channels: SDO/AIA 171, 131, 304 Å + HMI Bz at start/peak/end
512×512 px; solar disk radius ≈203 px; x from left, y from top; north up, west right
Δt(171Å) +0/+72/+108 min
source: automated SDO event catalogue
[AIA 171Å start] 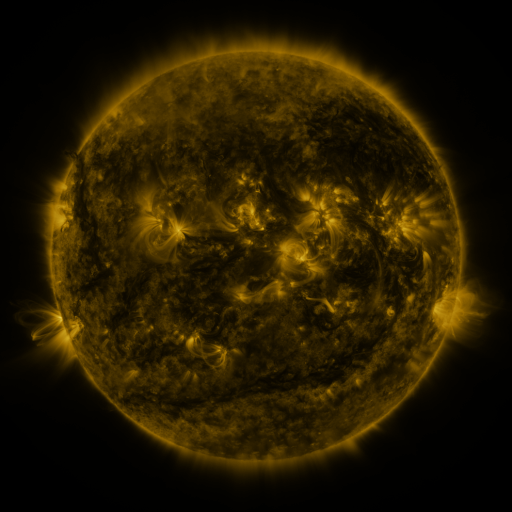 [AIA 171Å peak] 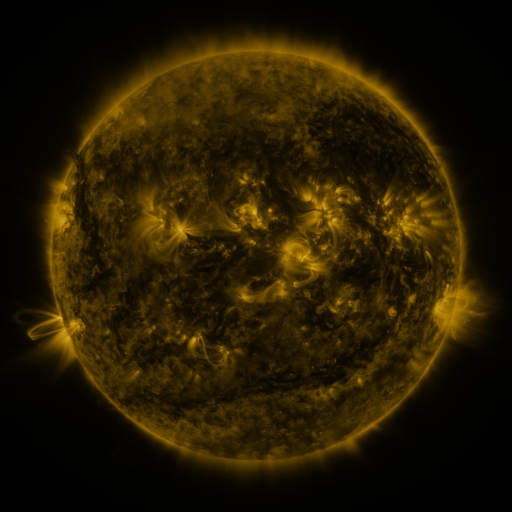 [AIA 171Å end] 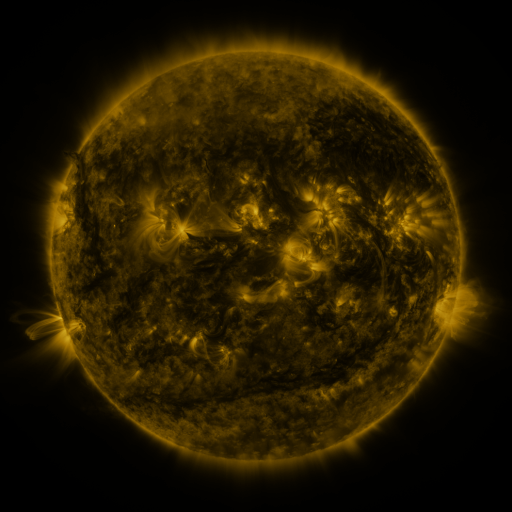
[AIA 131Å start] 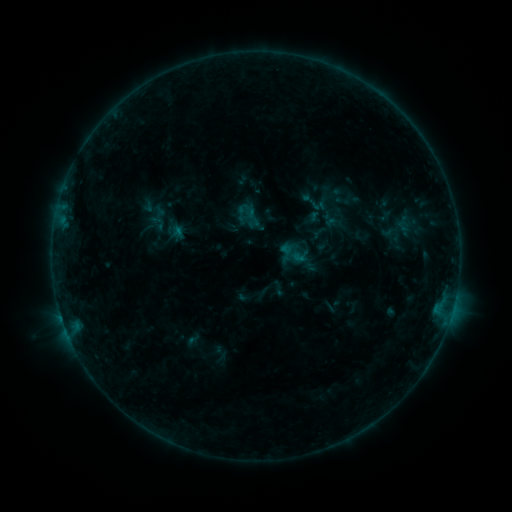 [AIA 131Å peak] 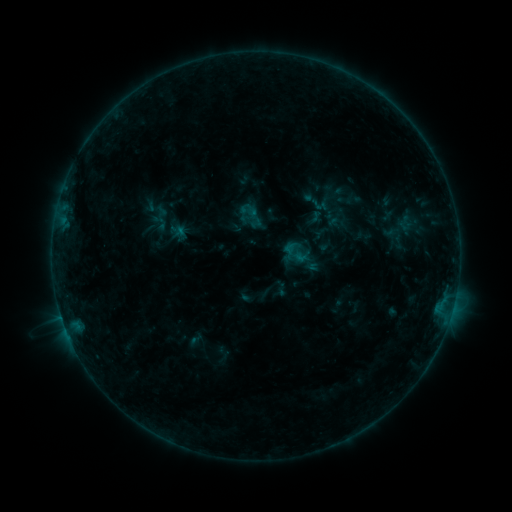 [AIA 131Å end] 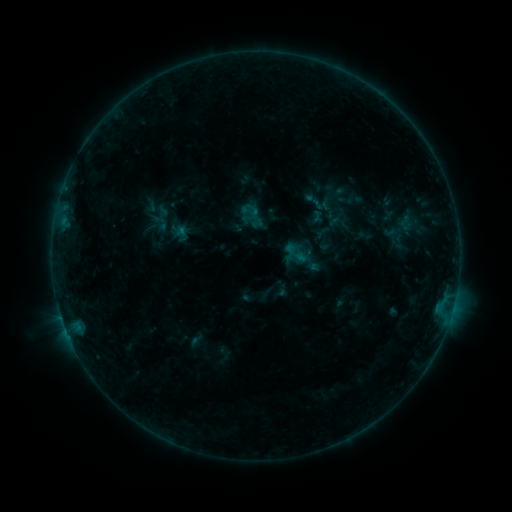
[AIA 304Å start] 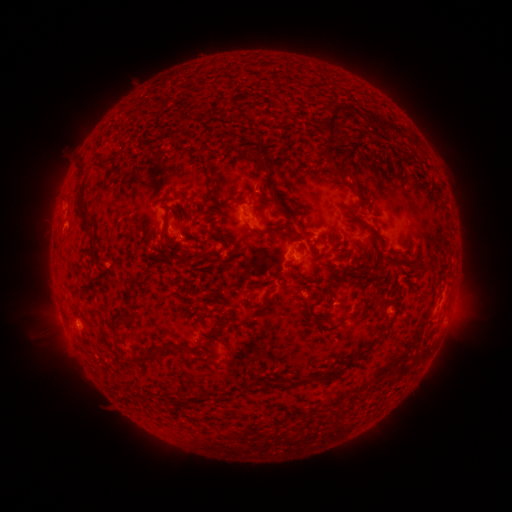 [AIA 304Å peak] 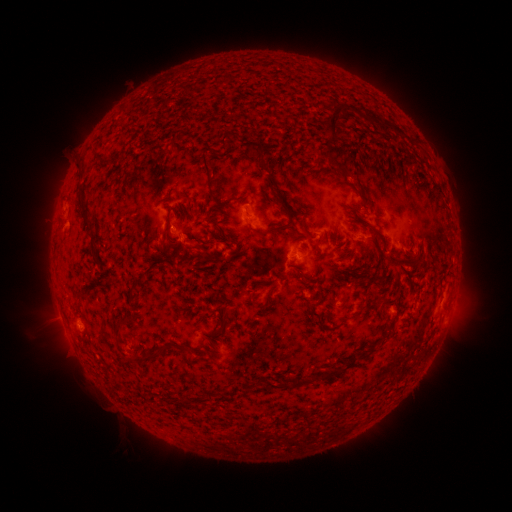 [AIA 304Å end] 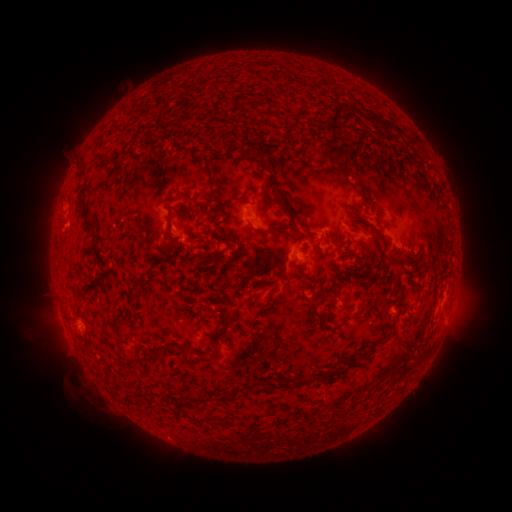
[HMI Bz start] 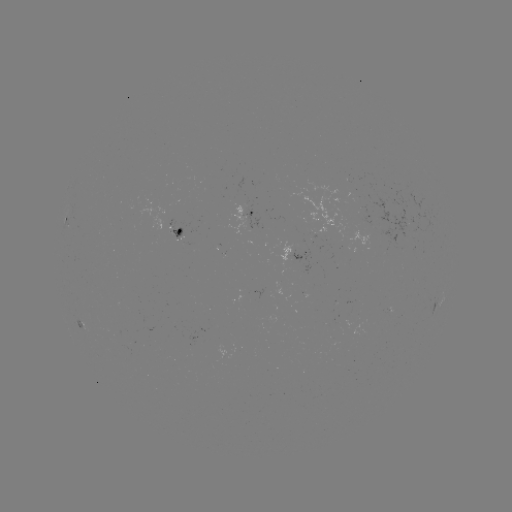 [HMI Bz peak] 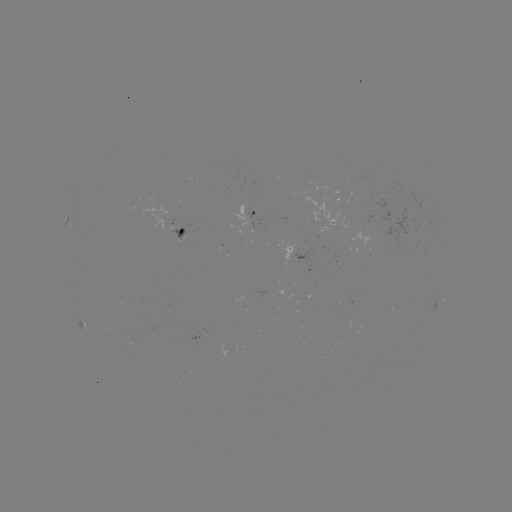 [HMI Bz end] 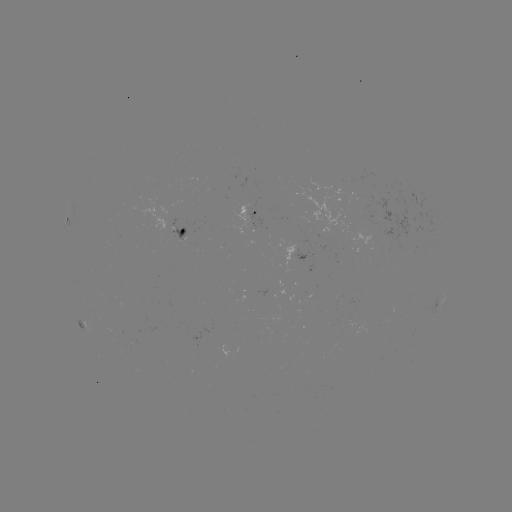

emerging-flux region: <bbox>360, 205, 370, 214</bbox>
